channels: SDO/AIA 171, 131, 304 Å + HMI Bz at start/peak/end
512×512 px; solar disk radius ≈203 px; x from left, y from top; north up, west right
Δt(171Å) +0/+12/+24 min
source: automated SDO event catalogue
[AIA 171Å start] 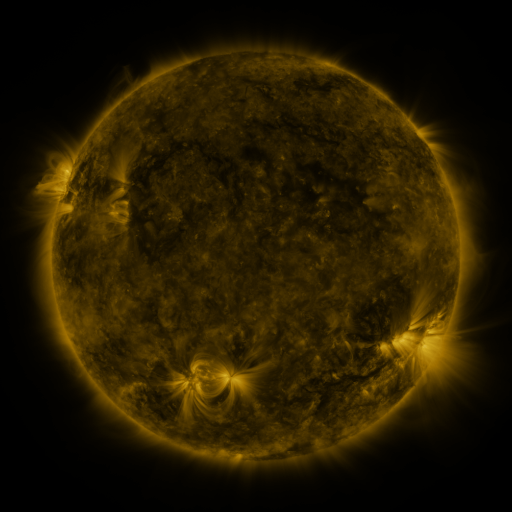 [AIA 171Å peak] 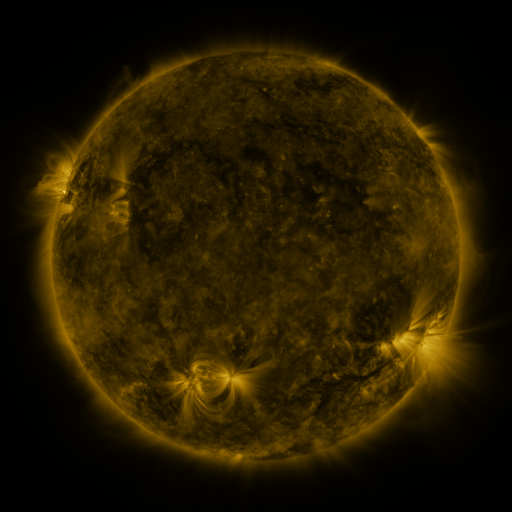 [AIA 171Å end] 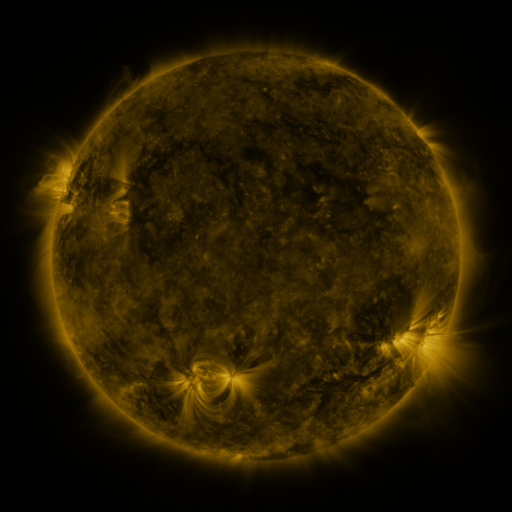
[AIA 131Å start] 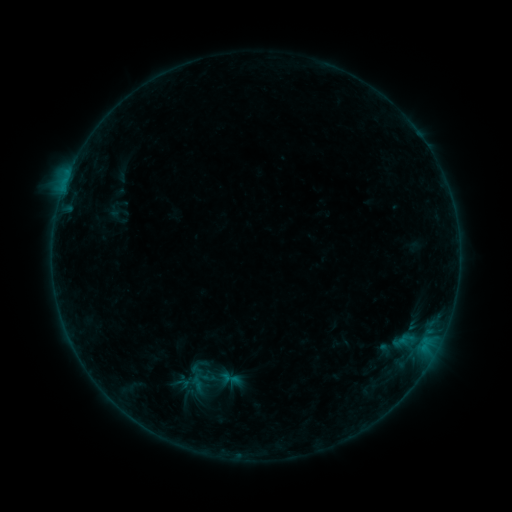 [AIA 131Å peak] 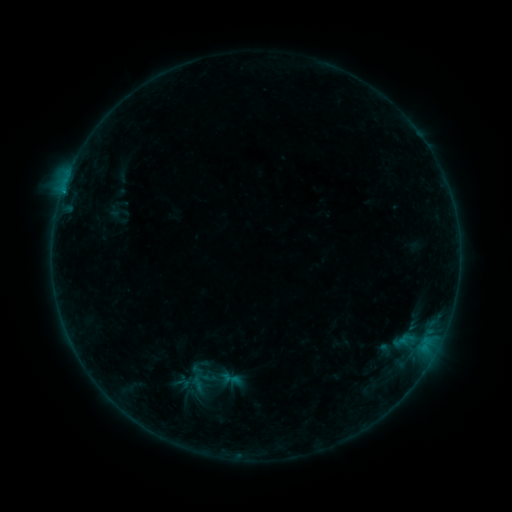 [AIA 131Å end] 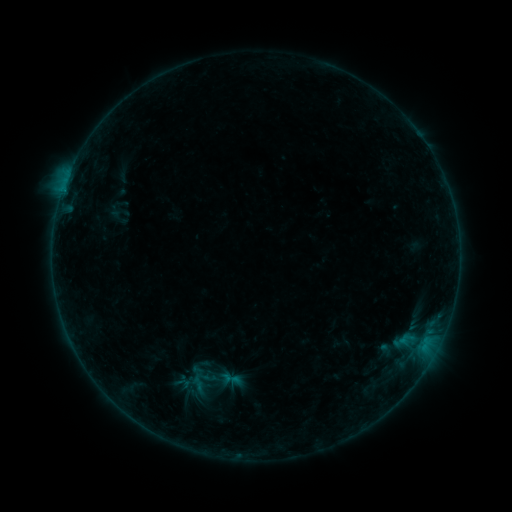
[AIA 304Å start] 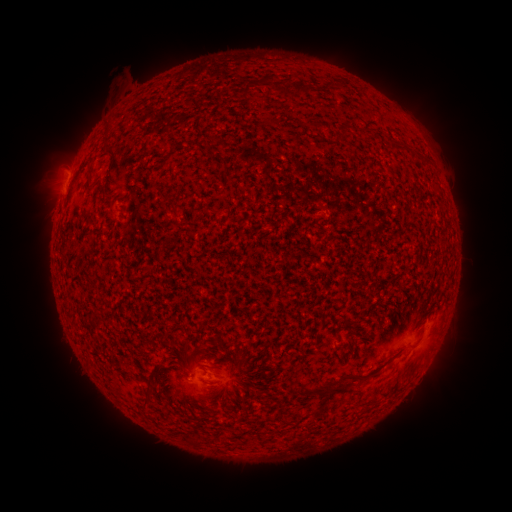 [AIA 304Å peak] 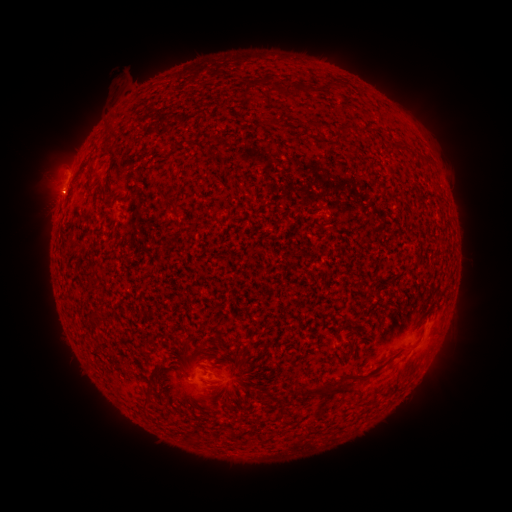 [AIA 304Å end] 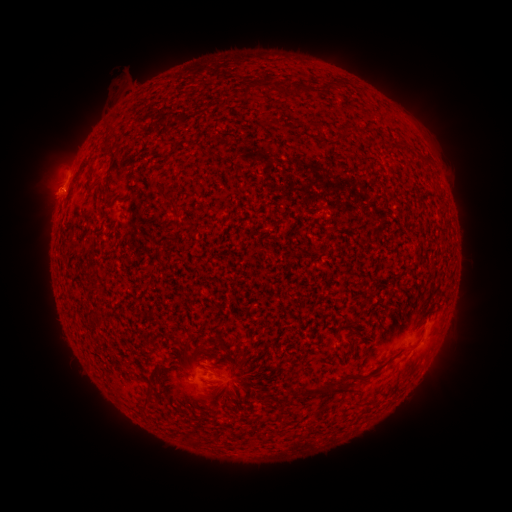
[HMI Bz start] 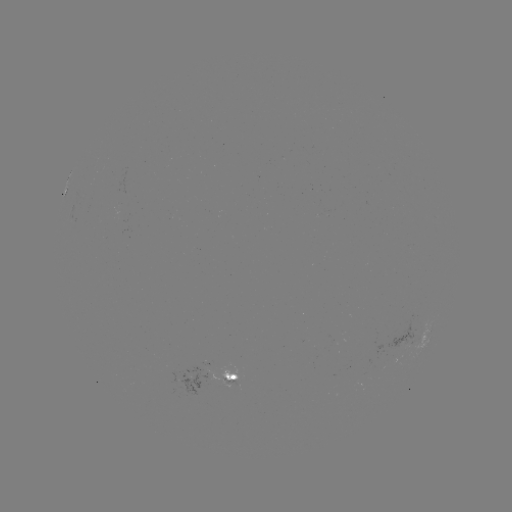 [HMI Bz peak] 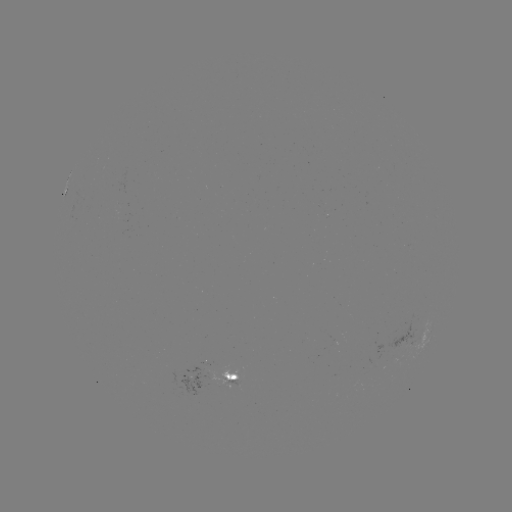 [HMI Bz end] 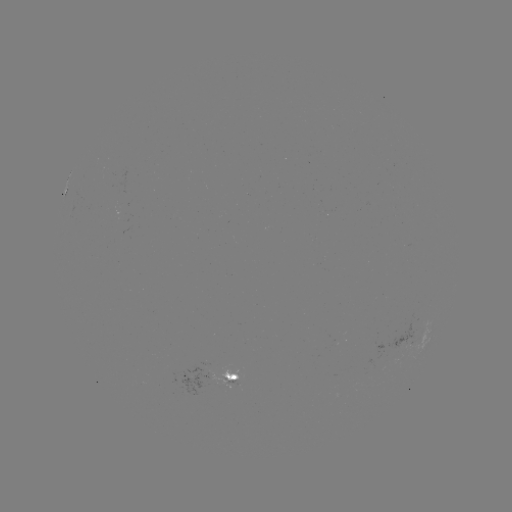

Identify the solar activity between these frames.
nothing was catalogued: no classed flare, no EUV trigger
